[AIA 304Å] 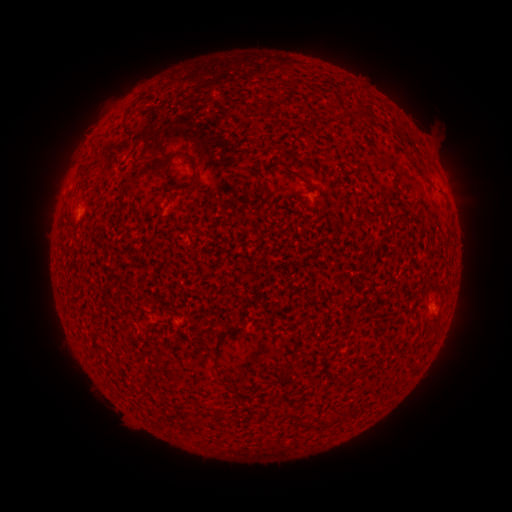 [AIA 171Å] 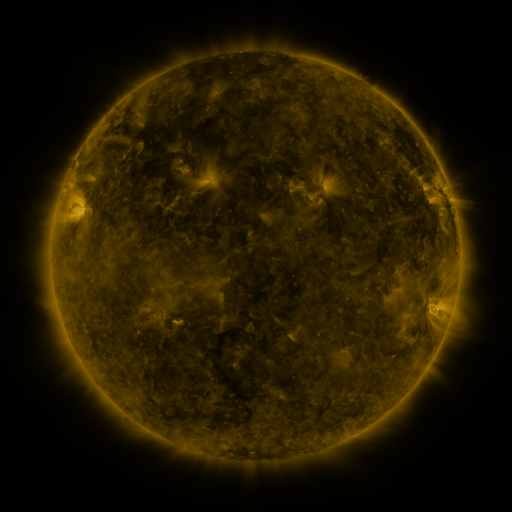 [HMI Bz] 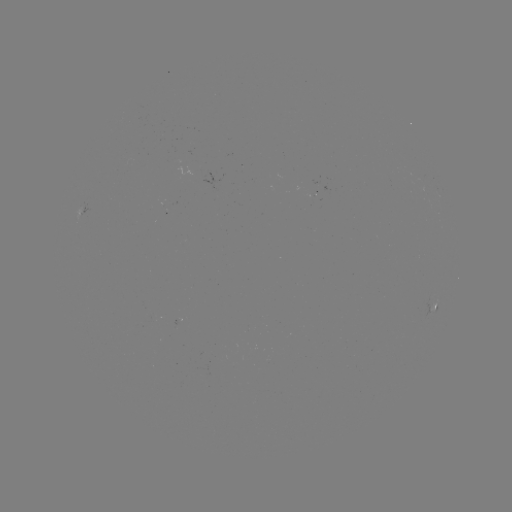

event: spotted active region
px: (434, 307)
